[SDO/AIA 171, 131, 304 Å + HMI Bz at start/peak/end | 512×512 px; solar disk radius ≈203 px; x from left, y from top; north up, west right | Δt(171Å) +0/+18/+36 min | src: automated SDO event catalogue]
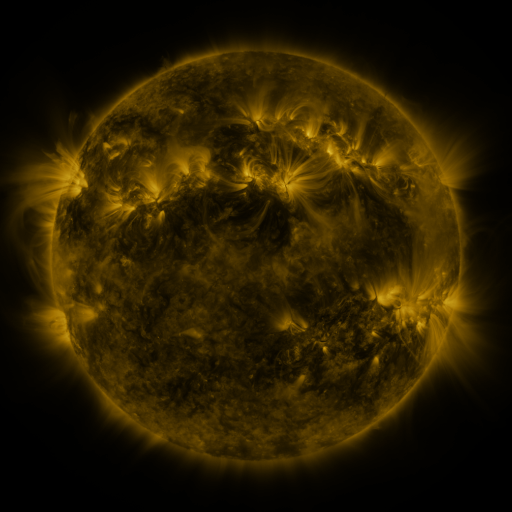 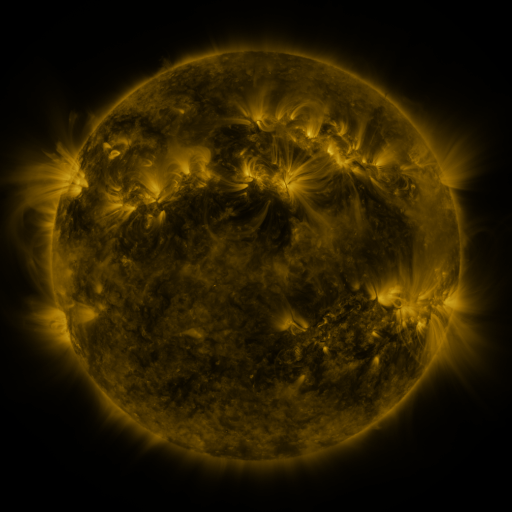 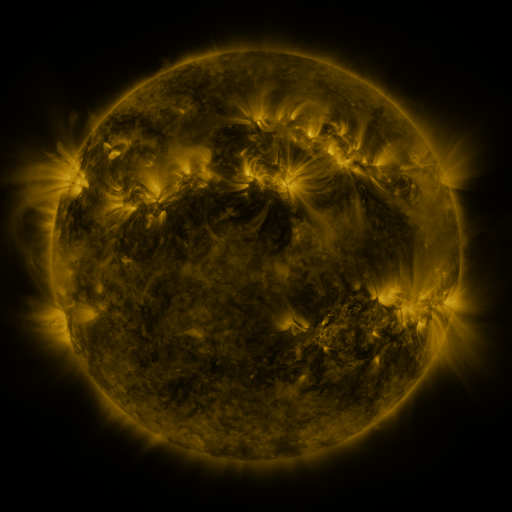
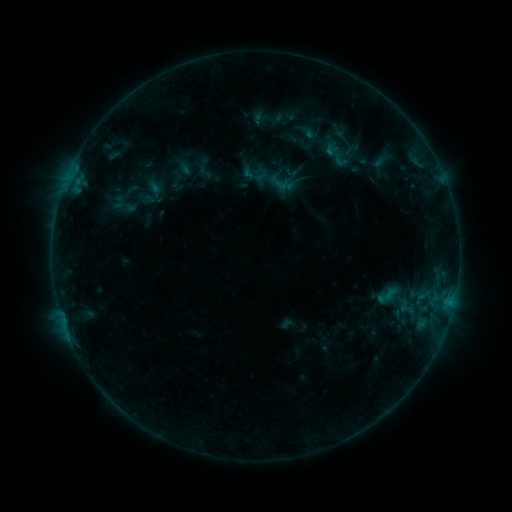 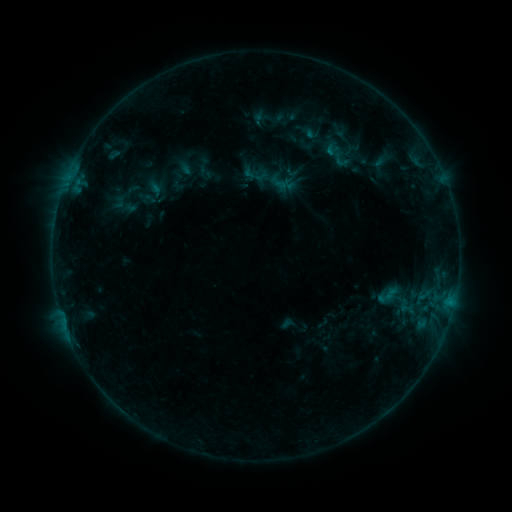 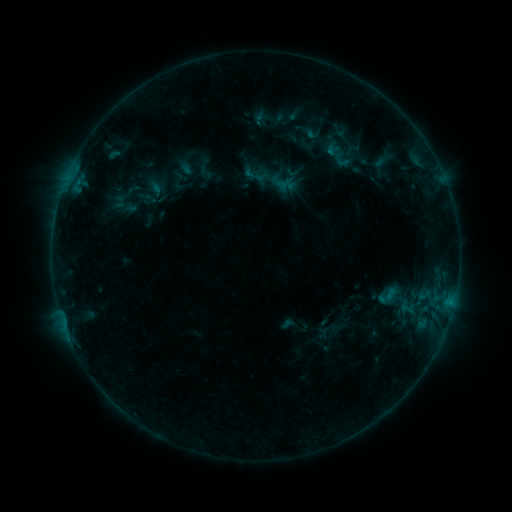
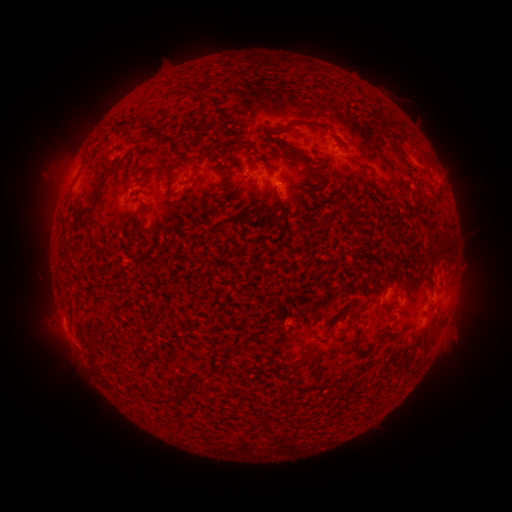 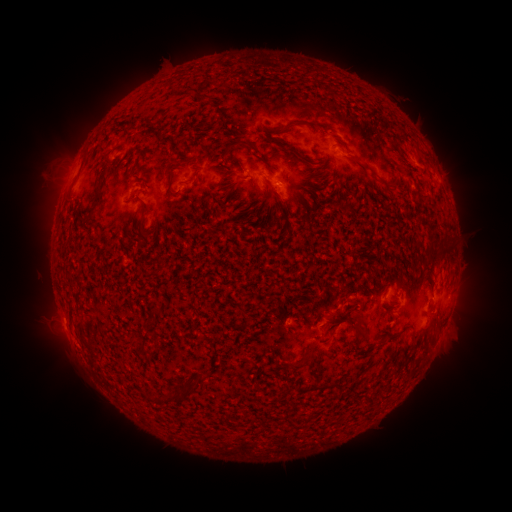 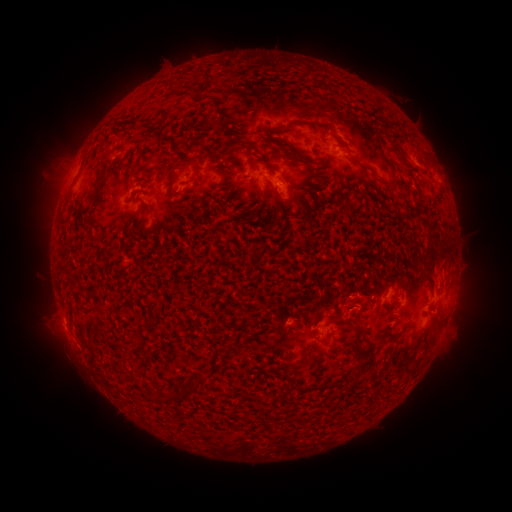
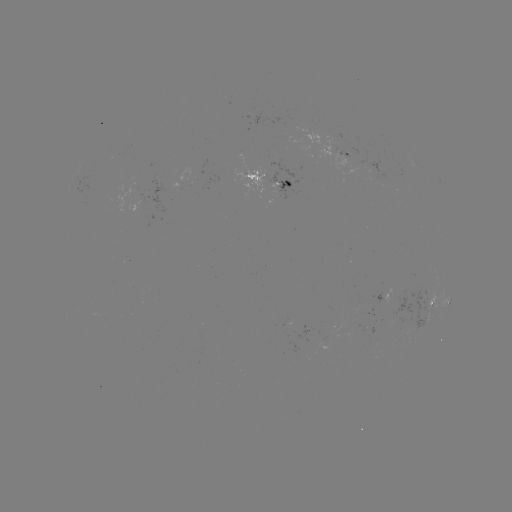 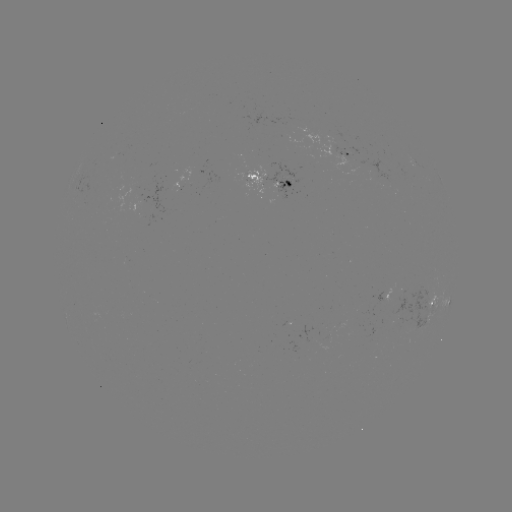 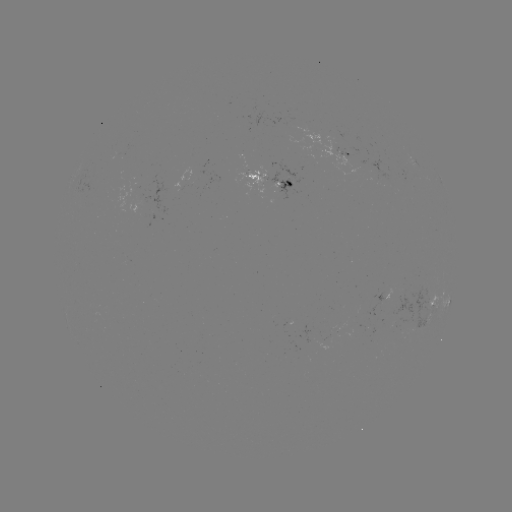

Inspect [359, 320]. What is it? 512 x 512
eruption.